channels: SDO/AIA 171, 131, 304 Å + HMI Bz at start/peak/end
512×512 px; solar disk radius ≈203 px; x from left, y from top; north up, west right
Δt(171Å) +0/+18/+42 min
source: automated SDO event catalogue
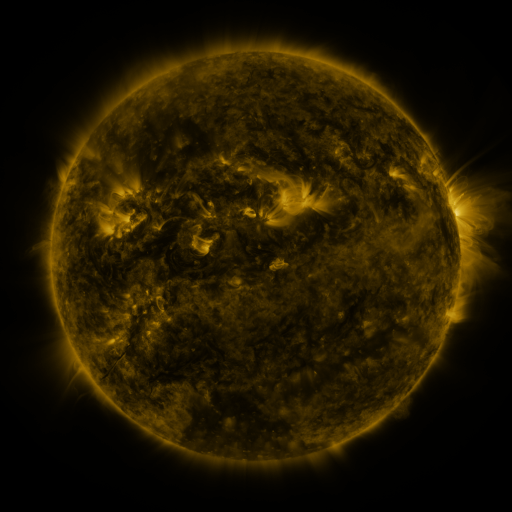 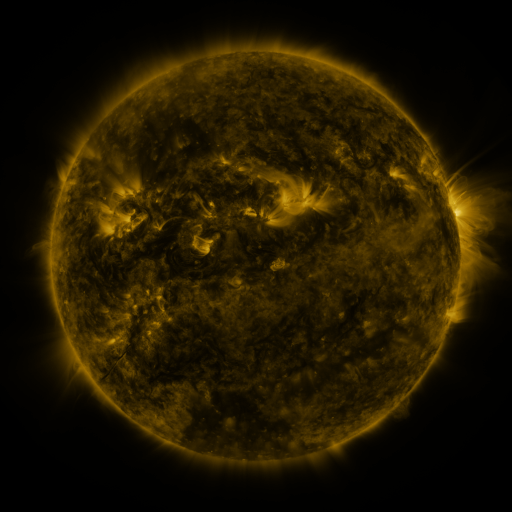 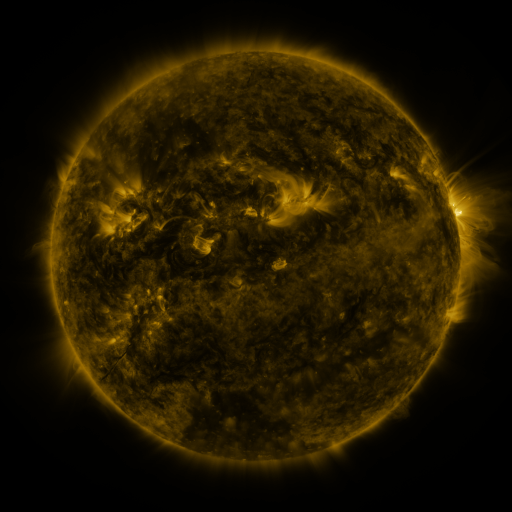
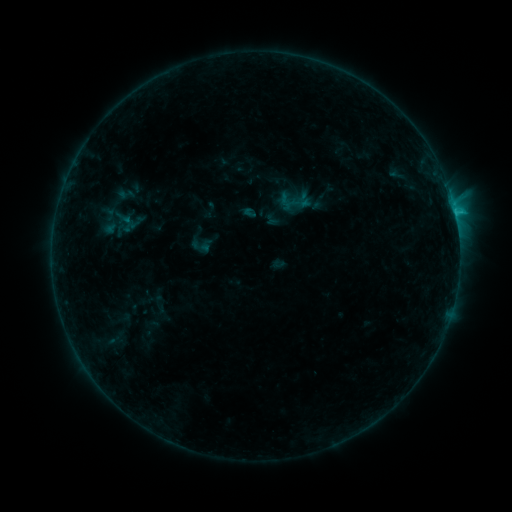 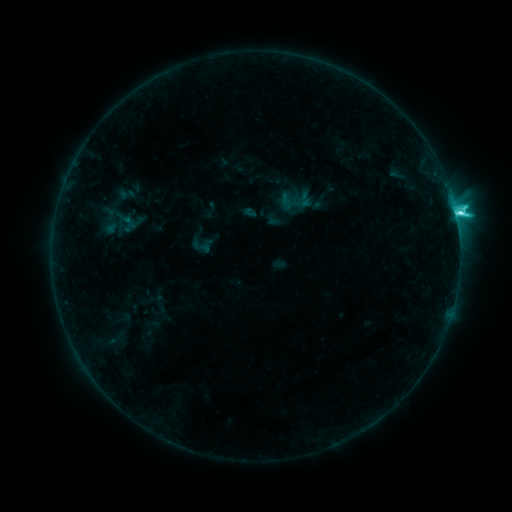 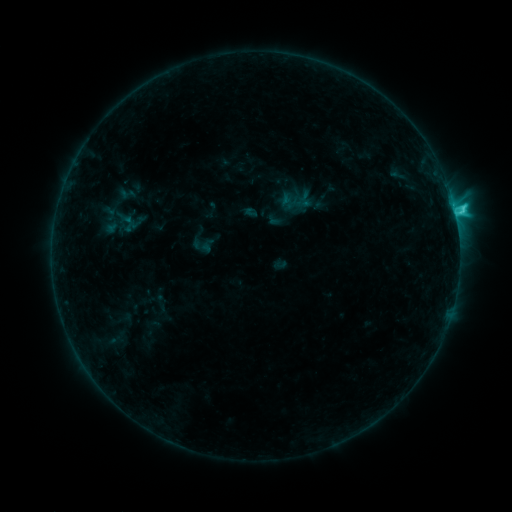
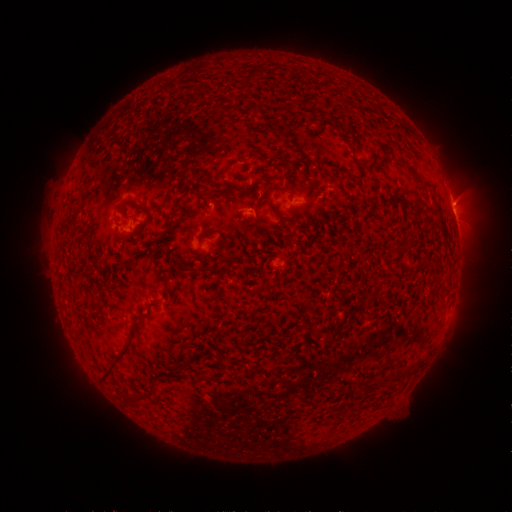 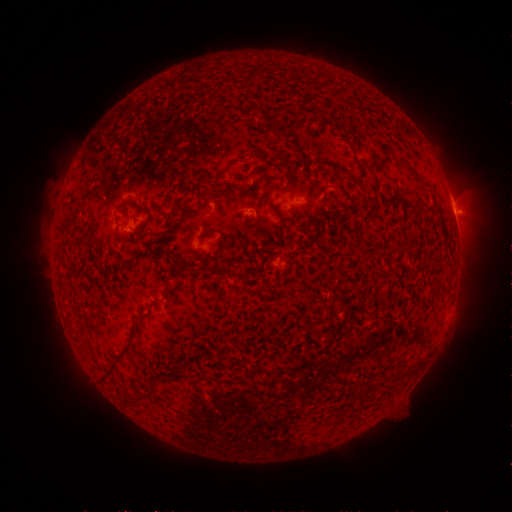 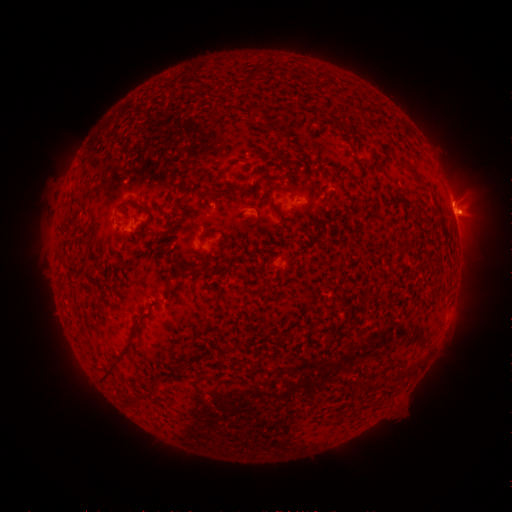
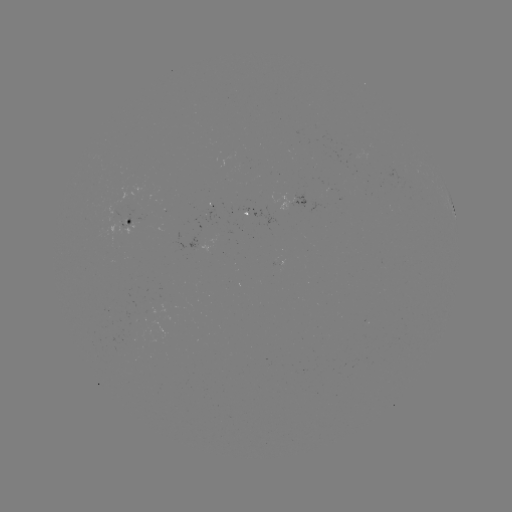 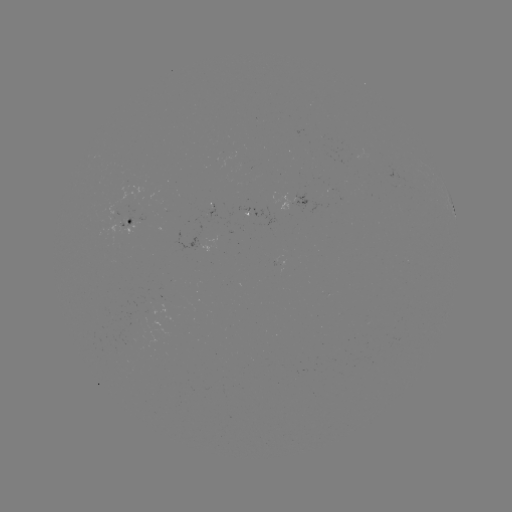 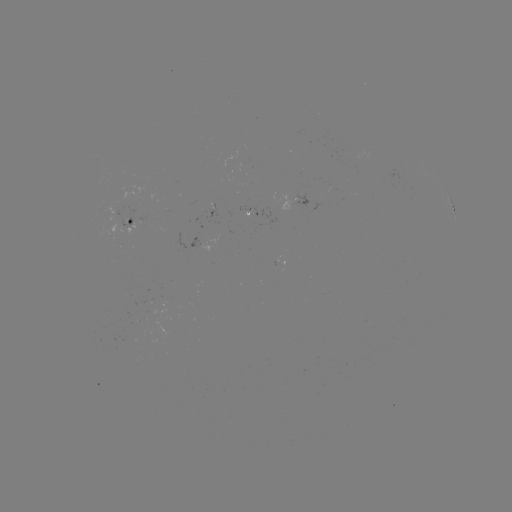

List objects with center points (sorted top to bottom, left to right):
C4.6 flare: (455, 216)
